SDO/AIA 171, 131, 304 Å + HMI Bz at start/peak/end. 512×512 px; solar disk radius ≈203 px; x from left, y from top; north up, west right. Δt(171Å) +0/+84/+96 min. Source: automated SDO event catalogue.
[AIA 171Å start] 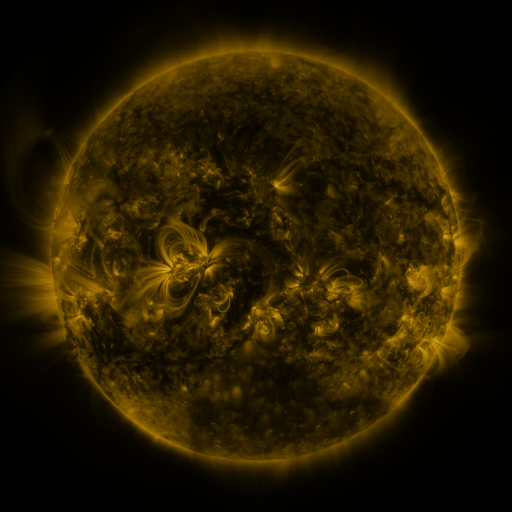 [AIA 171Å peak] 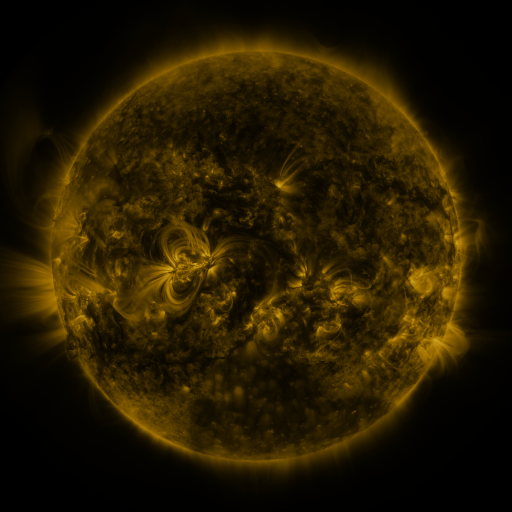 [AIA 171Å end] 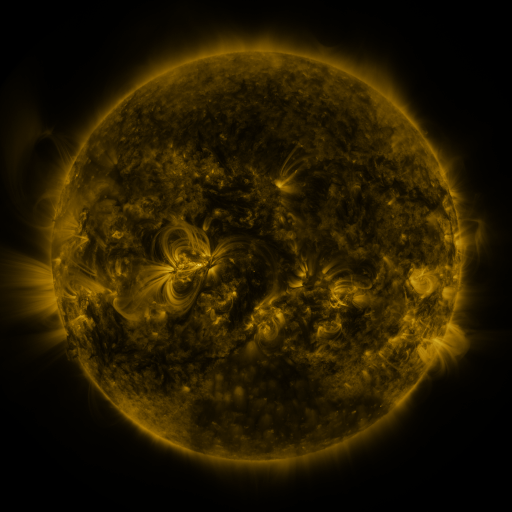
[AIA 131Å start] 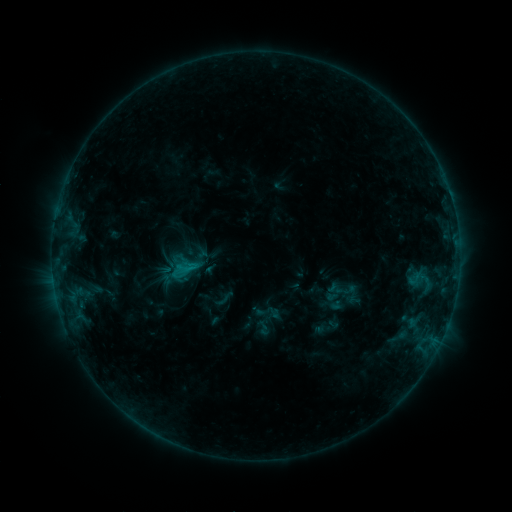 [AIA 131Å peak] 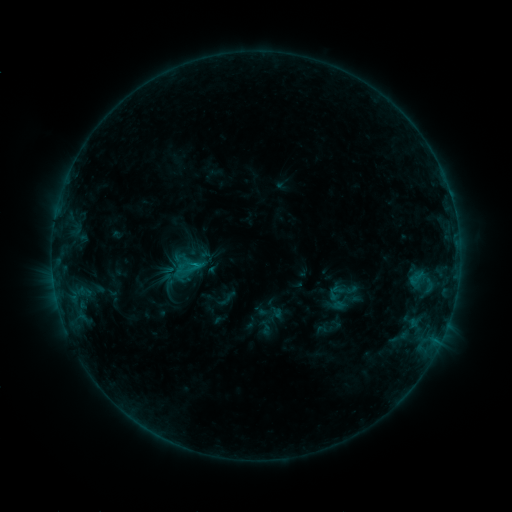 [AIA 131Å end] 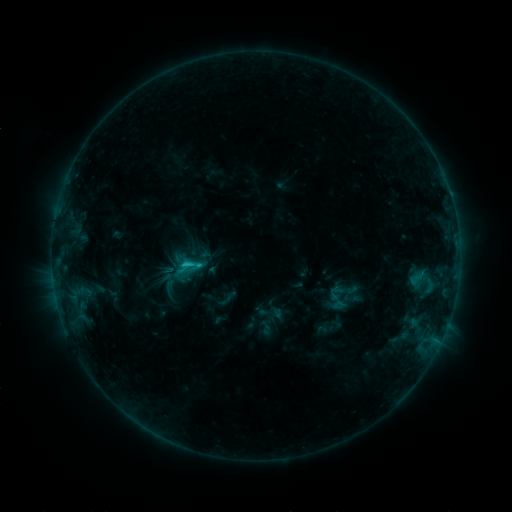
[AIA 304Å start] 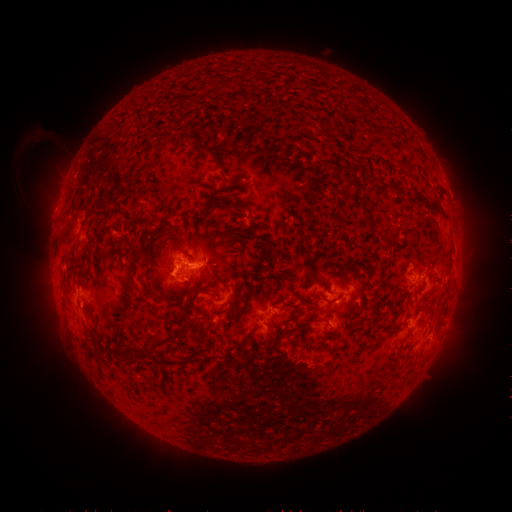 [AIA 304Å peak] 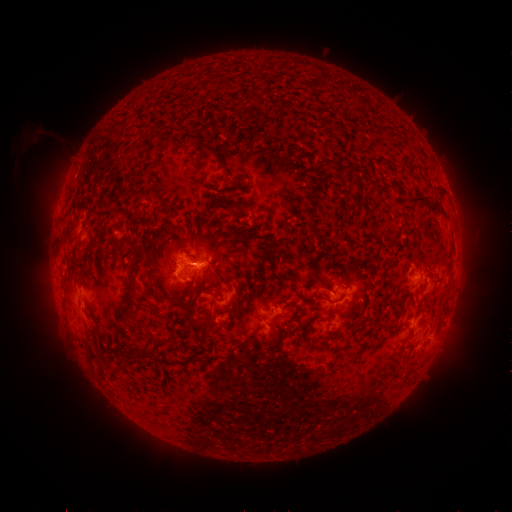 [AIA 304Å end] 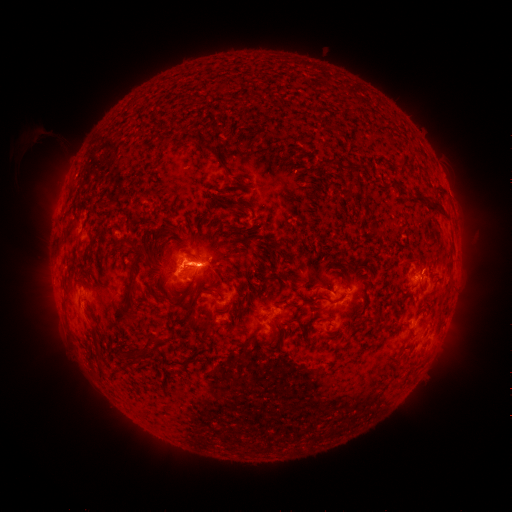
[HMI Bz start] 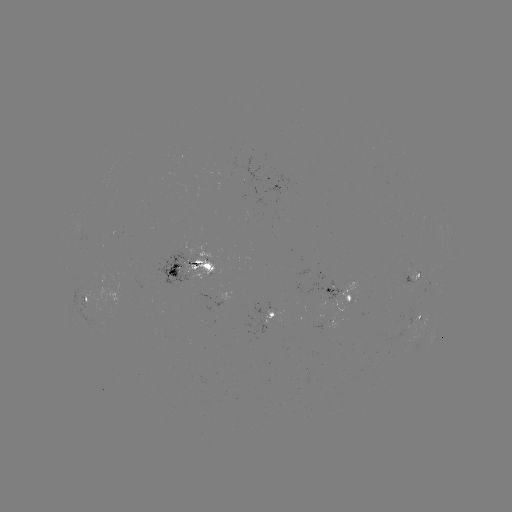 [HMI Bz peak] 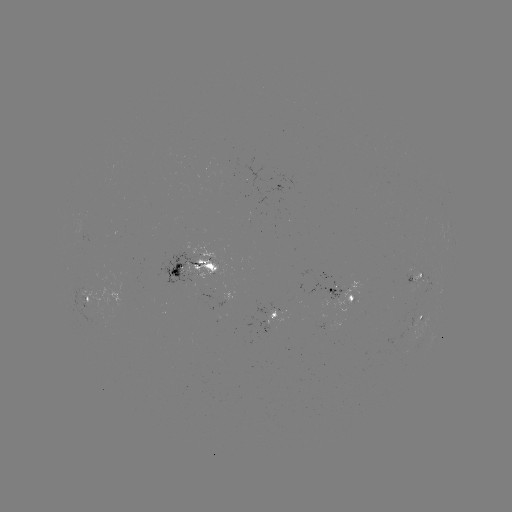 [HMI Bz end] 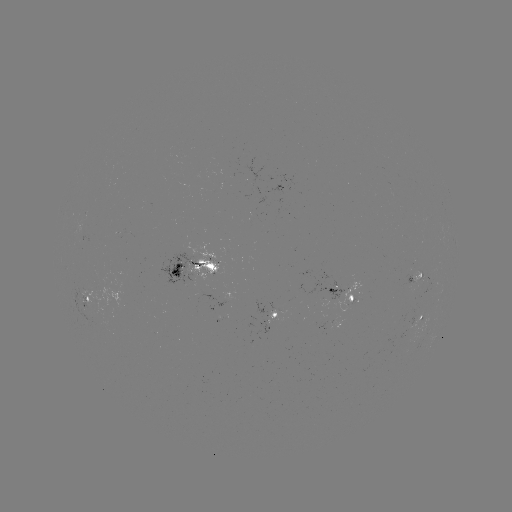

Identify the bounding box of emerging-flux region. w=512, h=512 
[184, 244, 218, 281].